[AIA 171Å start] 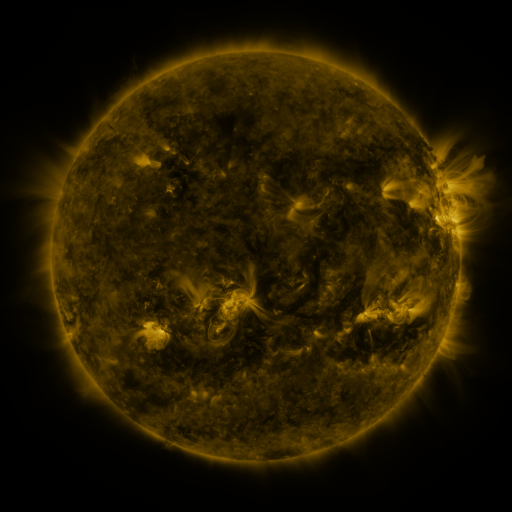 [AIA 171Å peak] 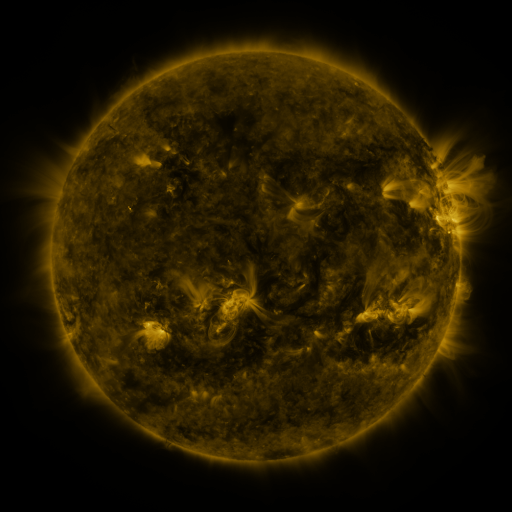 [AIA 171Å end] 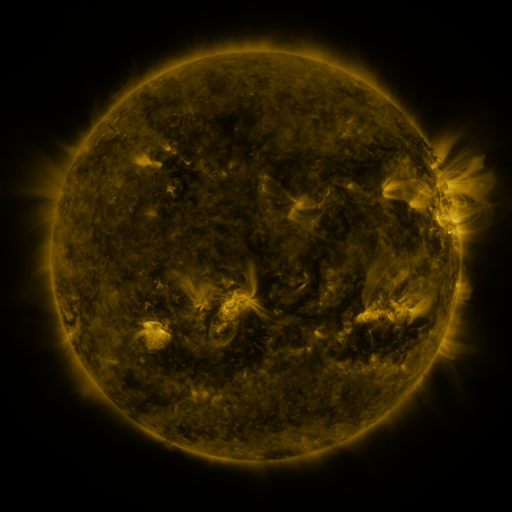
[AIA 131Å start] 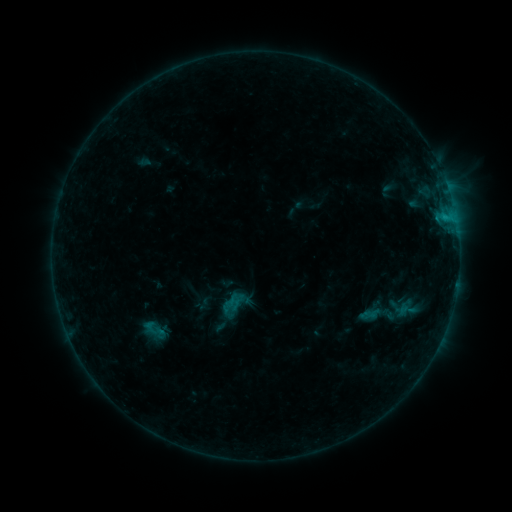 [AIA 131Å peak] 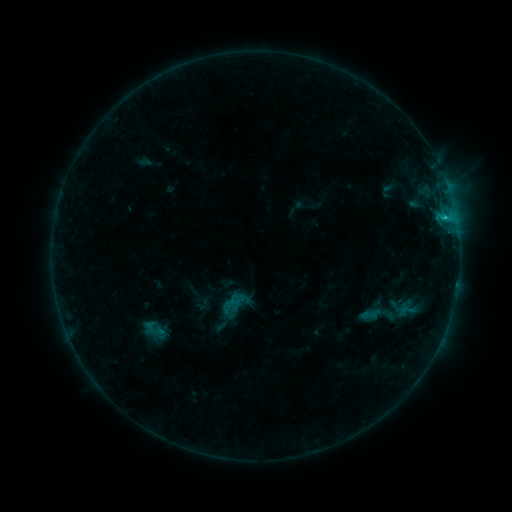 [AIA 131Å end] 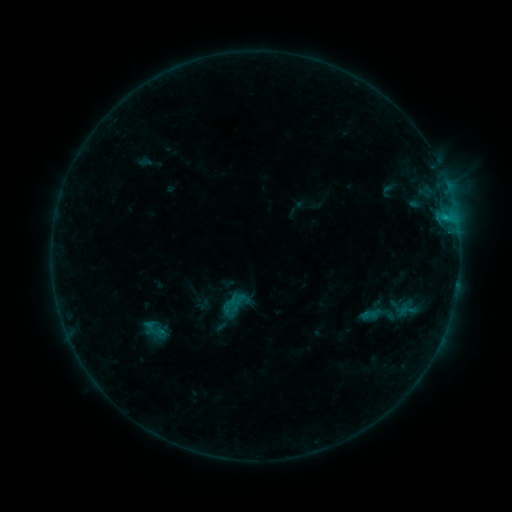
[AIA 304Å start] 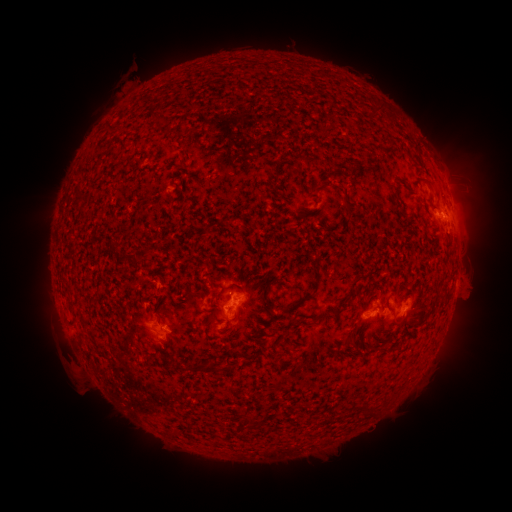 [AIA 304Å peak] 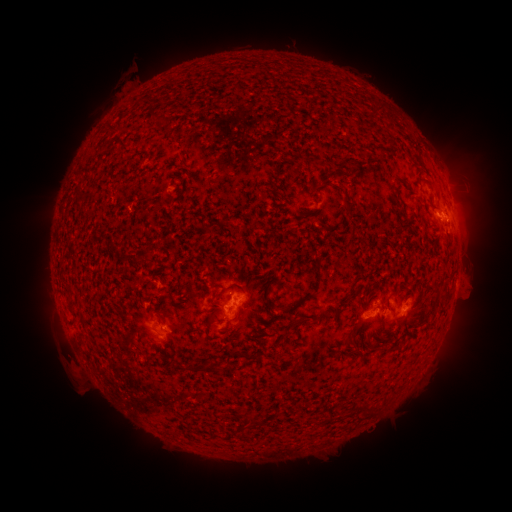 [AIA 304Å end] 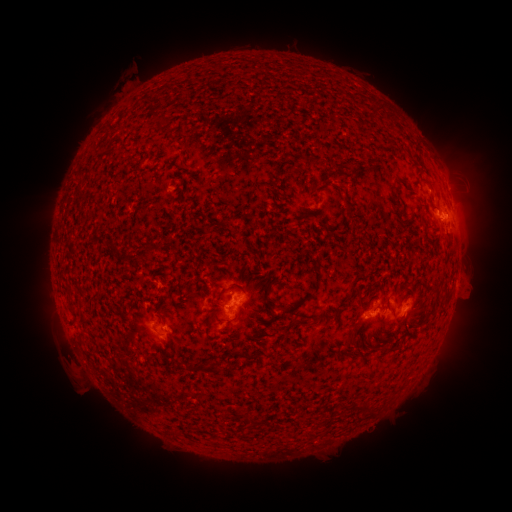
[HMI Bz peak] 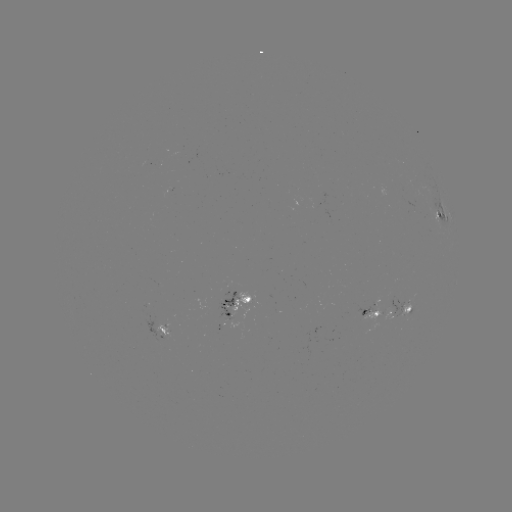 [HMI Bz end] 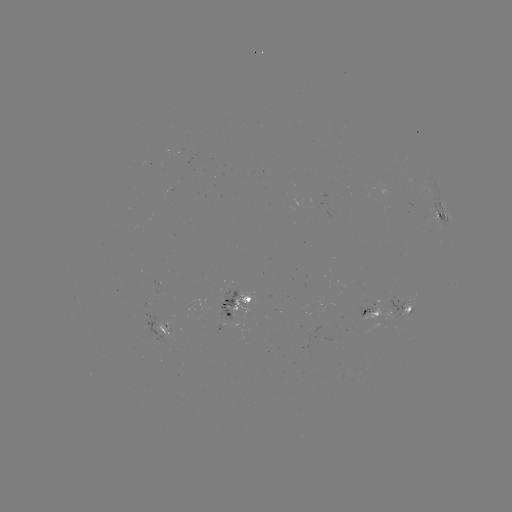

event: flare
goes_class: B7.1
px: (444, 220)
